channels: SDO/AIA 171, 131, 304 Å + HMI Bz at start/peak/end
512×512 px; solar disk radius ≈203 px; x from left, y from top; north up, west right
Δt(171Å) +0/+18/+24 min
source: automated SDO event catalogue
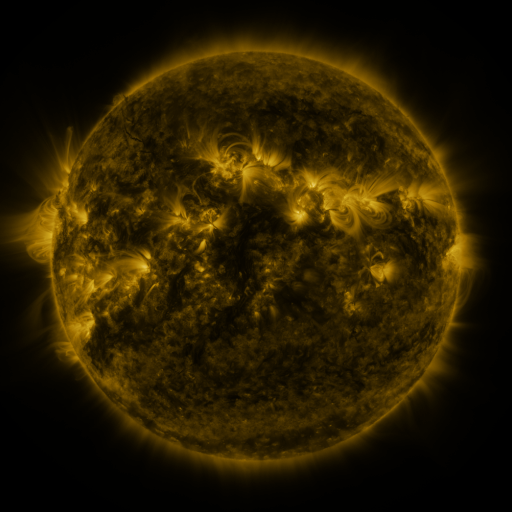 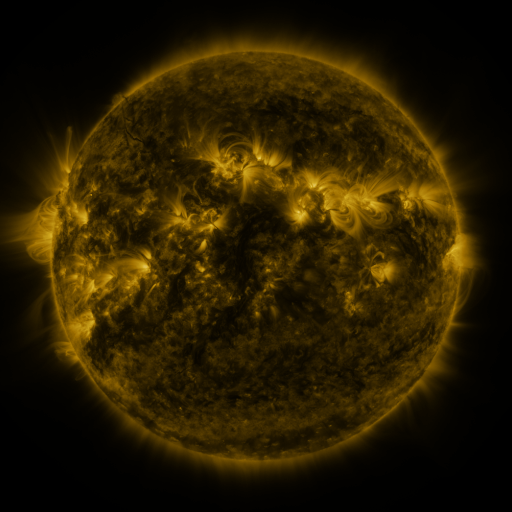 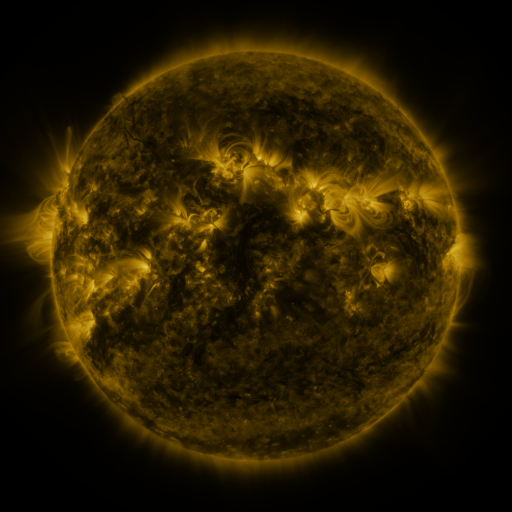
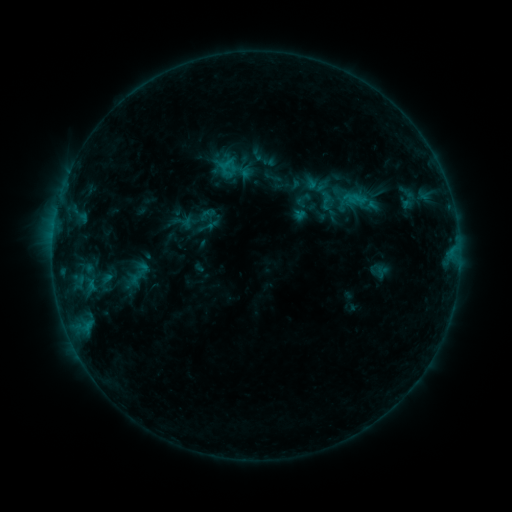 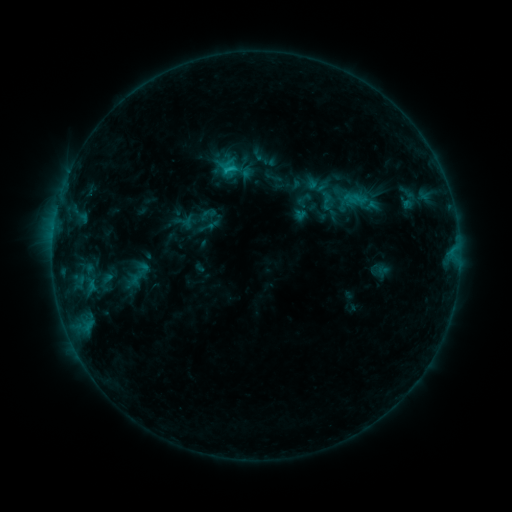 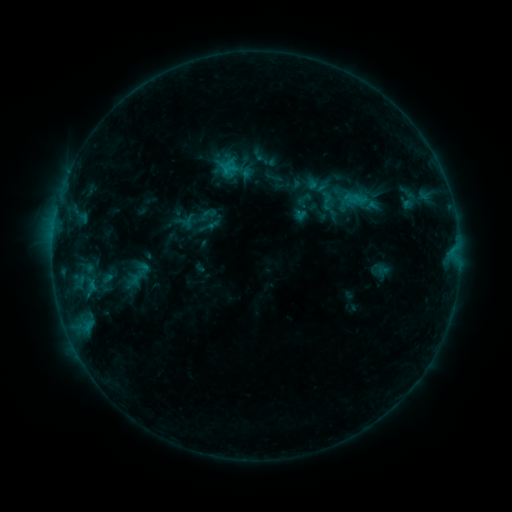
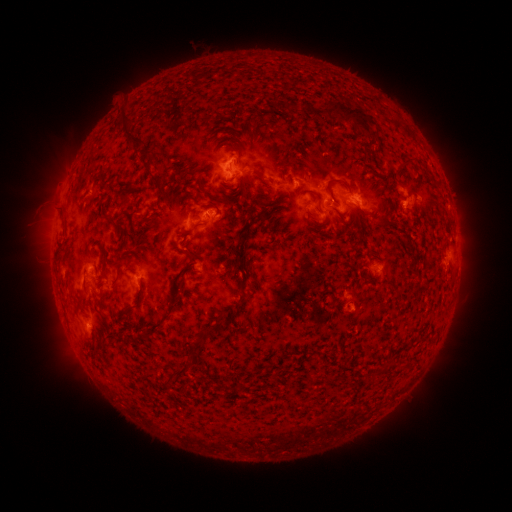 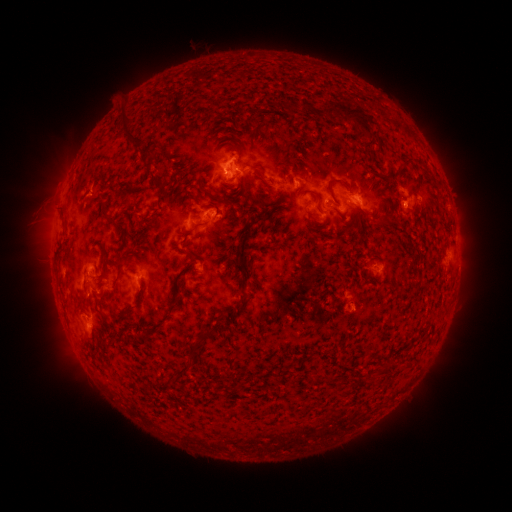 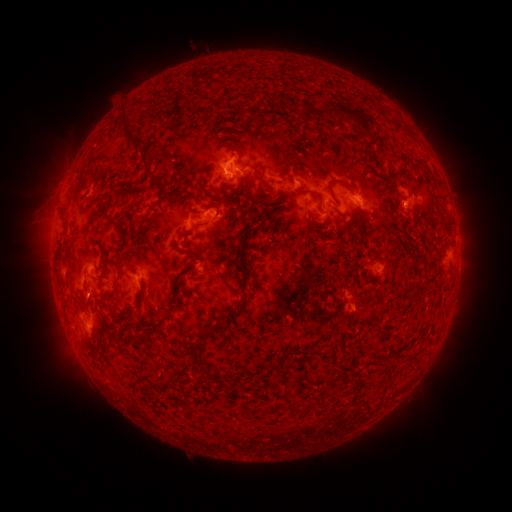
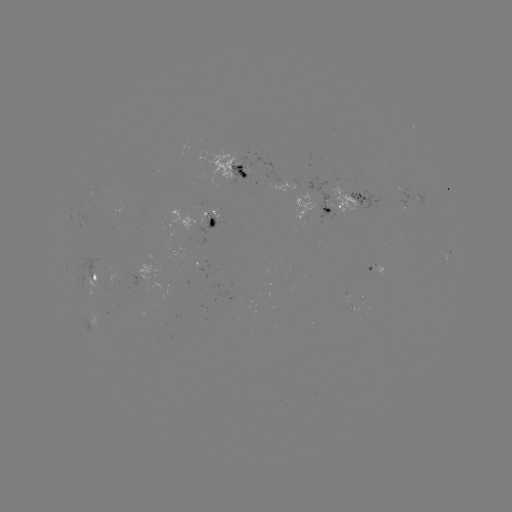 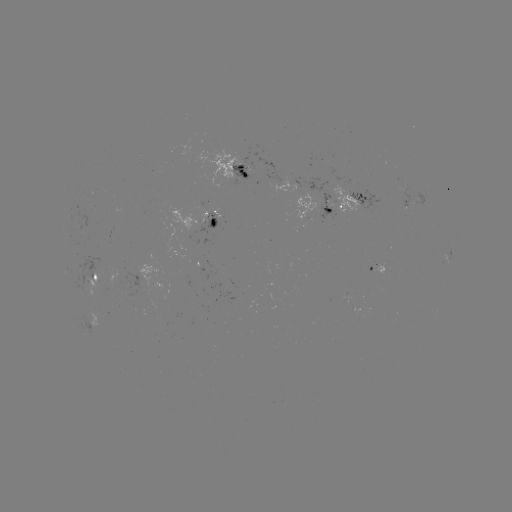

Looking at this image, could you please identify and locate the B9.3 flare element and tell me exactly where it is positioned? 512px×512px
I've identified B9.3 flare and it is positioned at [229, 172].